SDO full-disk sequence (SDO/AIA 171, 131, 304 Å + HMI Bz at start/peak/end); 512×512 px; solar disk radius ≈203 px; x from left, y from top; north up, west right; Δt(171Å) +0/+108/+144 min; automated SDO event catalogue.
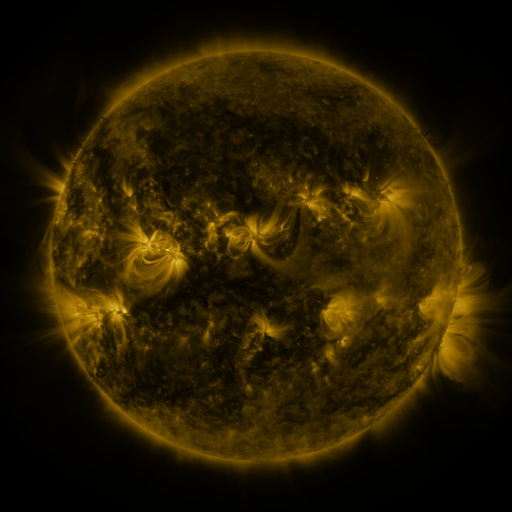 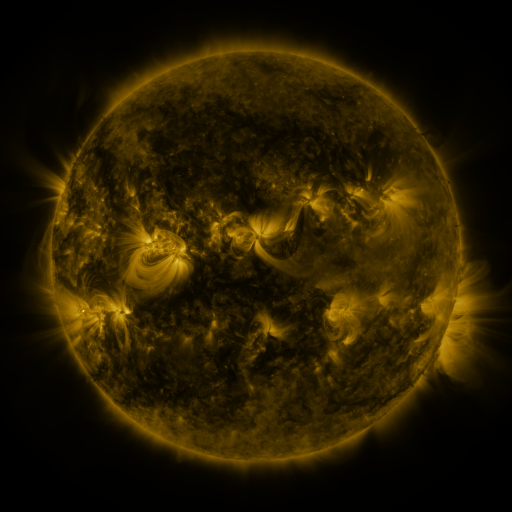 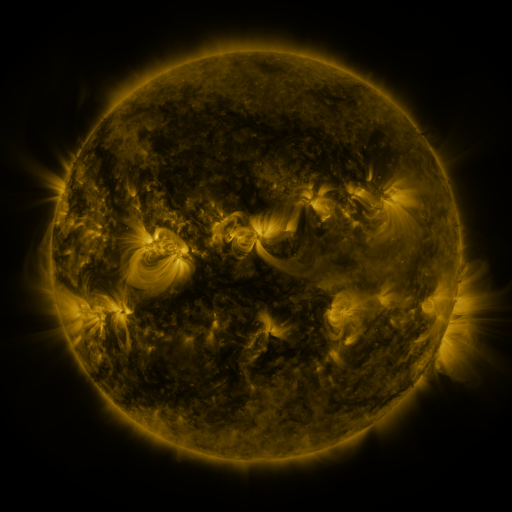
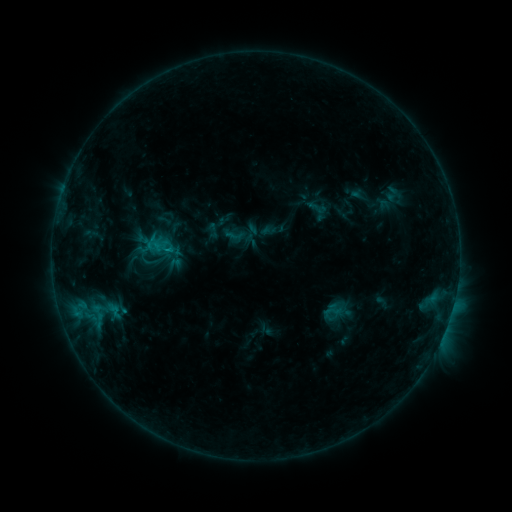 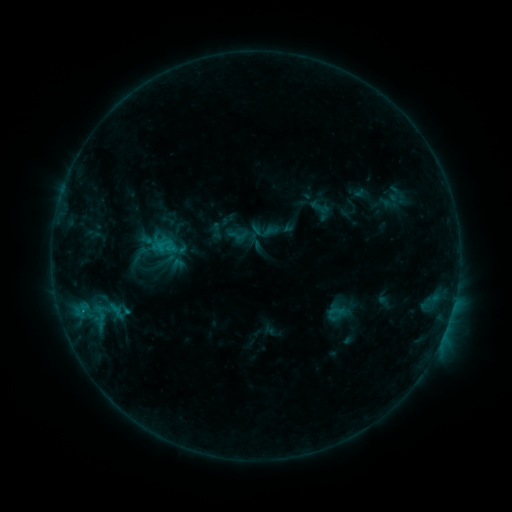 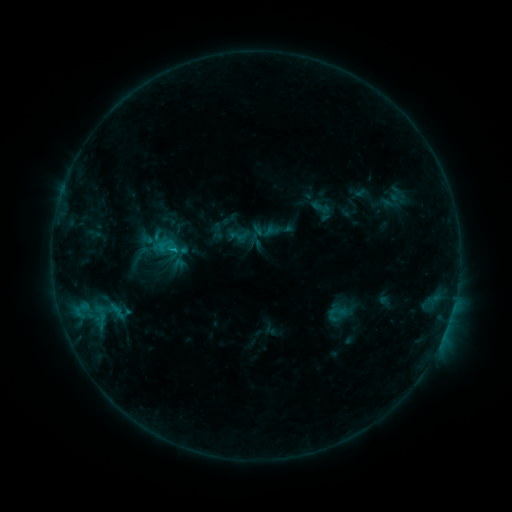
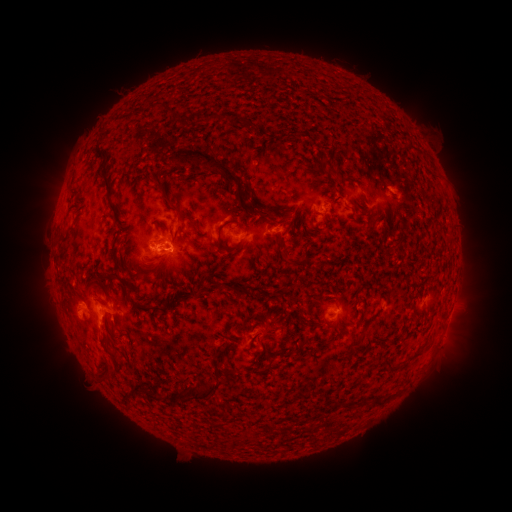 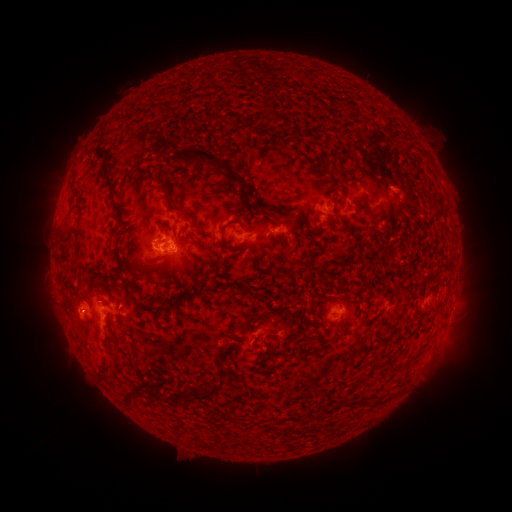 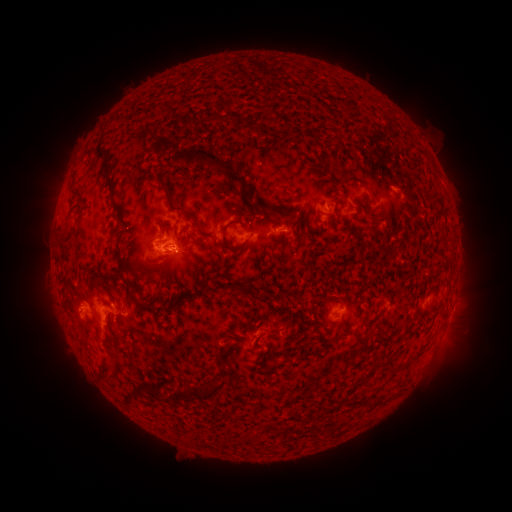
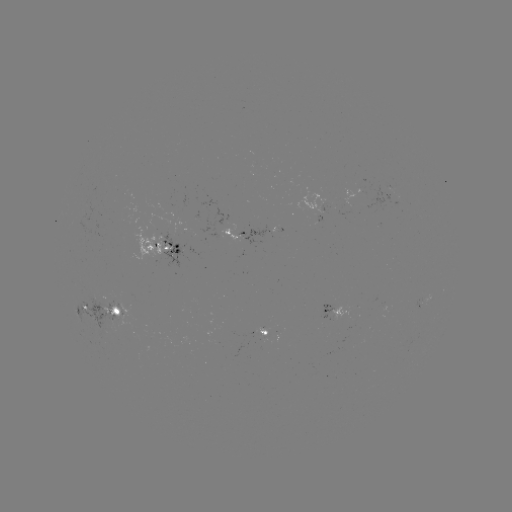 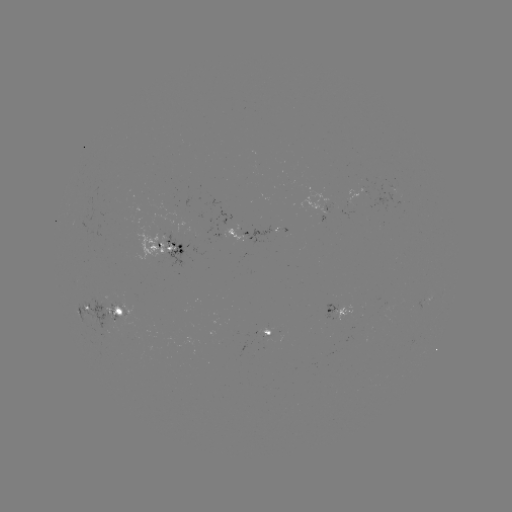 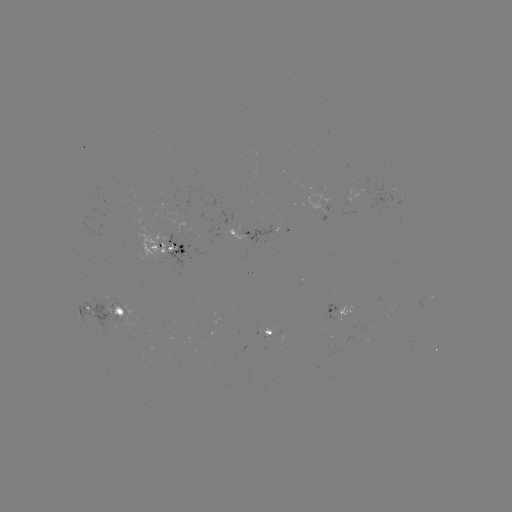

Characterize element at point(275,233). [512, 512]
emerging-flux region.